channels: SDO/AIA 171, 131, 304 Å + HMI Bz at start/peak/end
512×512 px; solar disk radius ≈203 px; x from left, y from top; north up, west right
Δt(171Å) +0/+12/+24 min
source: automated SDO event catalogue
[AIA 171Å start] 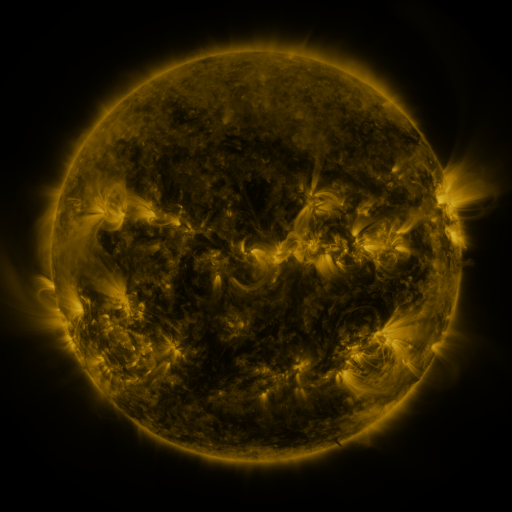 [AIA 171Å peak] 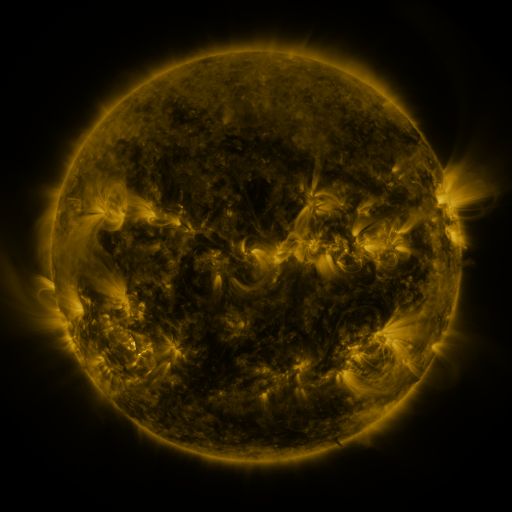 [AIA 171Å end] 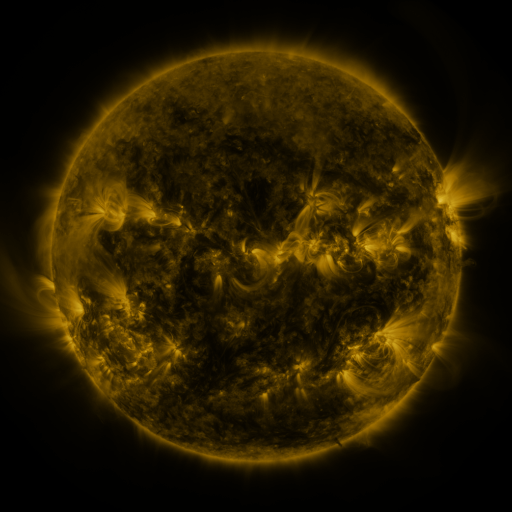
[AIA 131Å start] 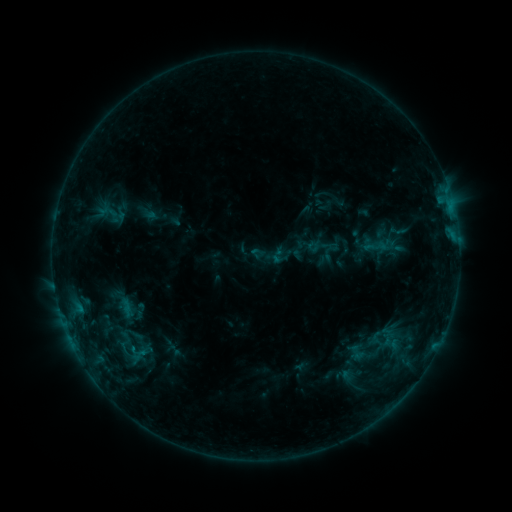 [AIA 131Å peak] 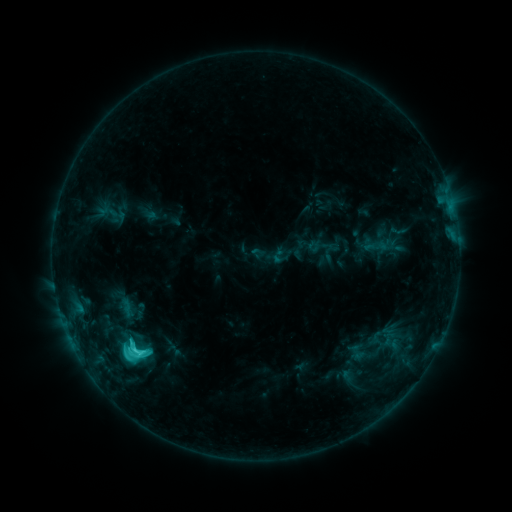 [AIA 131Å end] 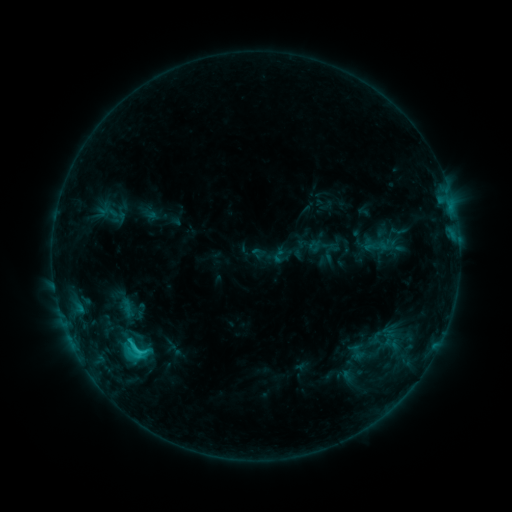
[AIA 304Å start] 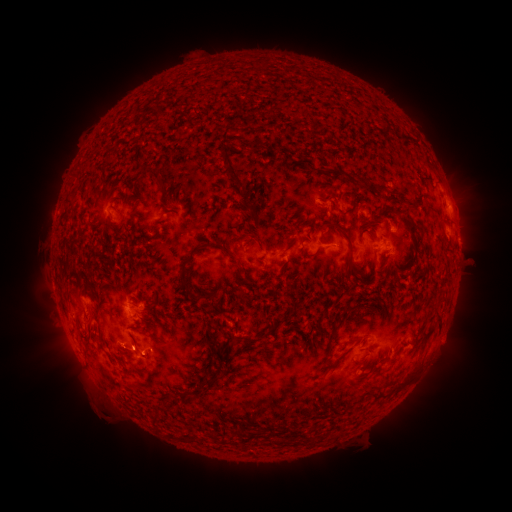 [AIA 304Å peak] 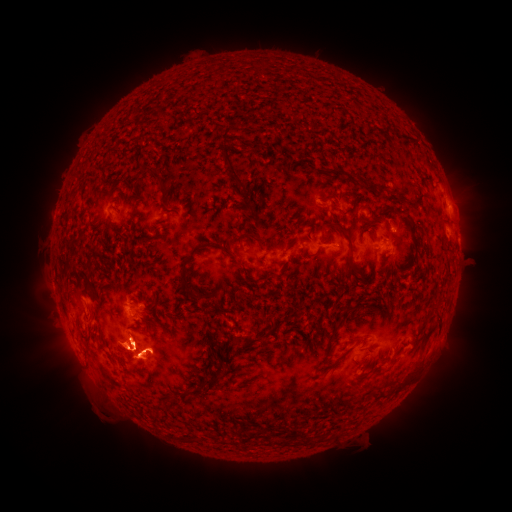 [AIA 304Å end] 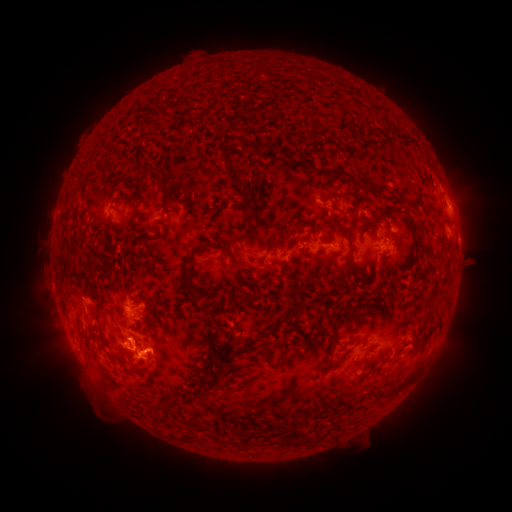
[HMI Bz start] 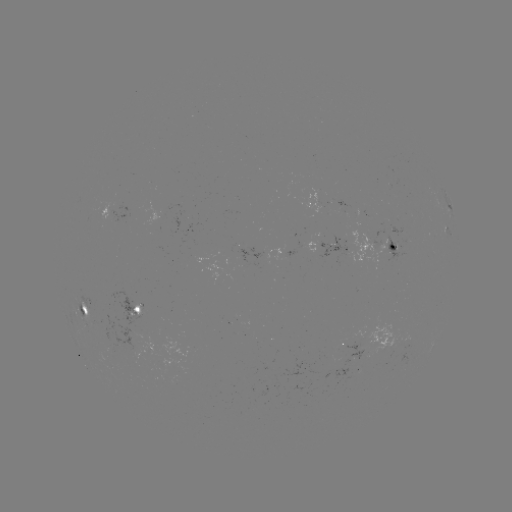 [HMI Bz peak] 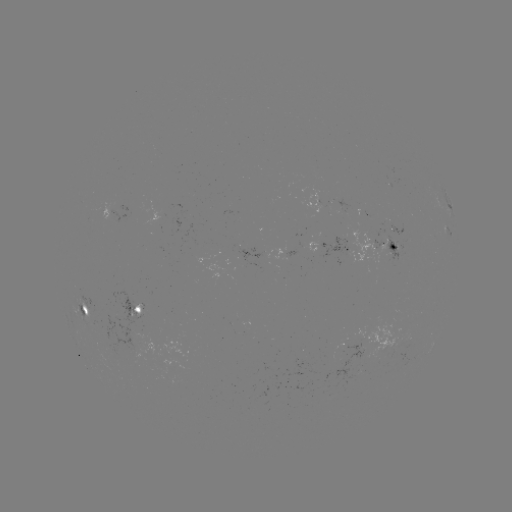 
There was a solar flare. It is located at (137, 349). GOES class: C4.4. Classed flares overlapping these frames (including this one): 1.